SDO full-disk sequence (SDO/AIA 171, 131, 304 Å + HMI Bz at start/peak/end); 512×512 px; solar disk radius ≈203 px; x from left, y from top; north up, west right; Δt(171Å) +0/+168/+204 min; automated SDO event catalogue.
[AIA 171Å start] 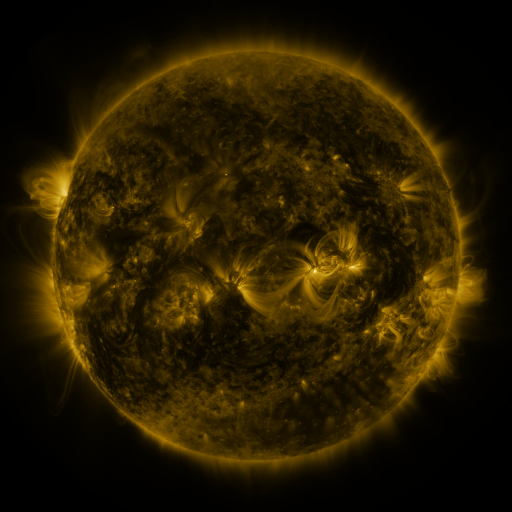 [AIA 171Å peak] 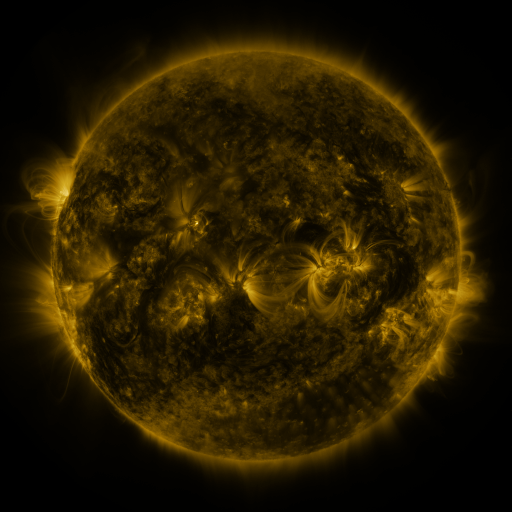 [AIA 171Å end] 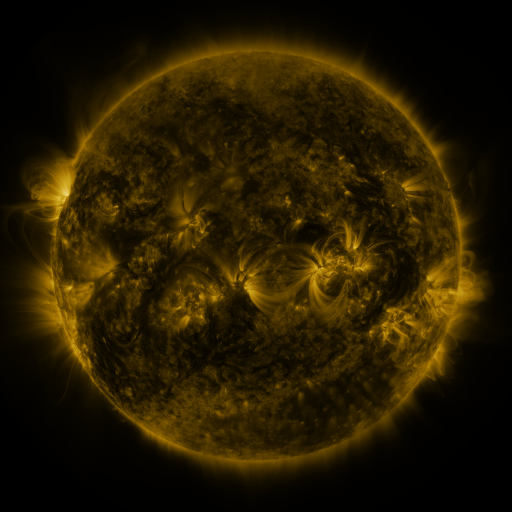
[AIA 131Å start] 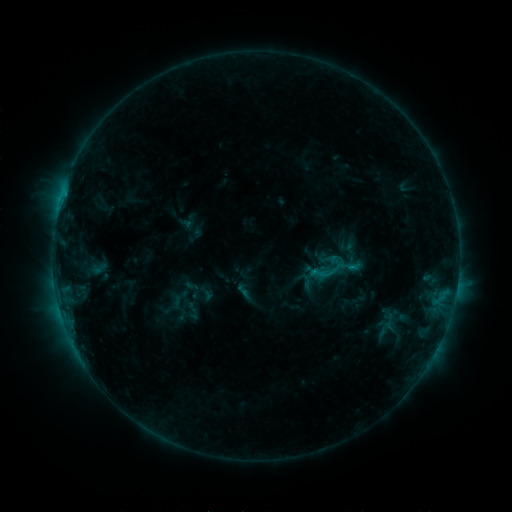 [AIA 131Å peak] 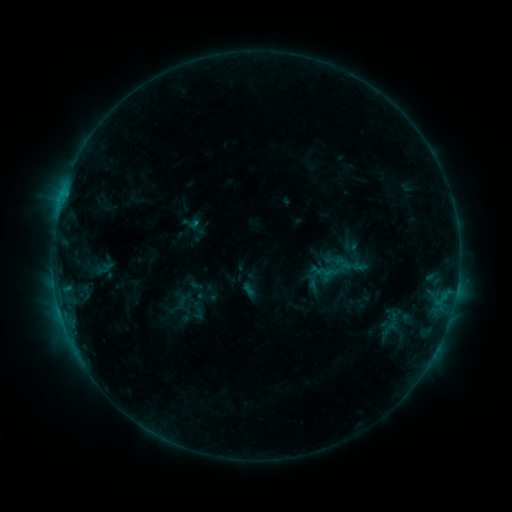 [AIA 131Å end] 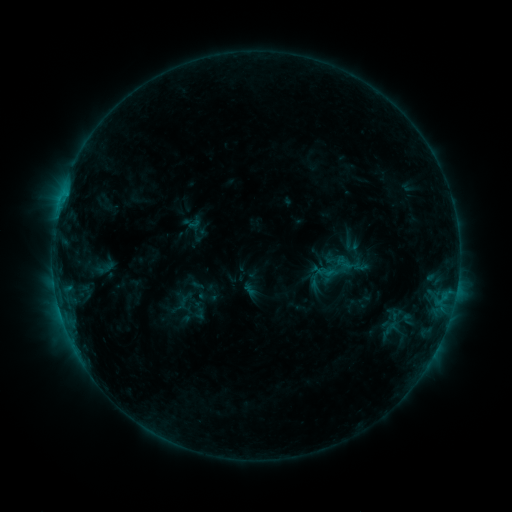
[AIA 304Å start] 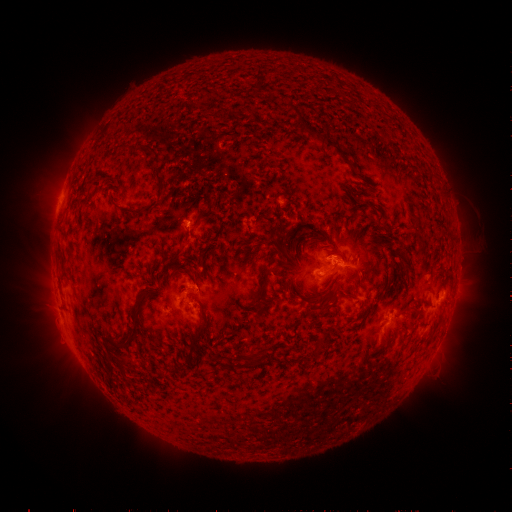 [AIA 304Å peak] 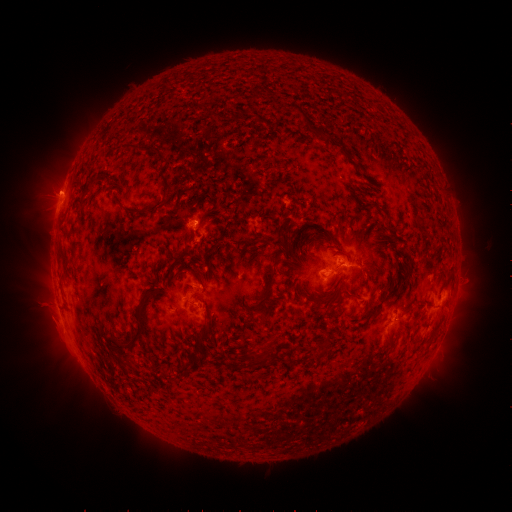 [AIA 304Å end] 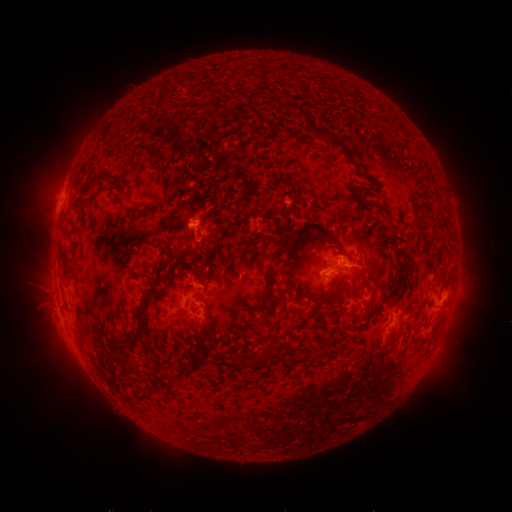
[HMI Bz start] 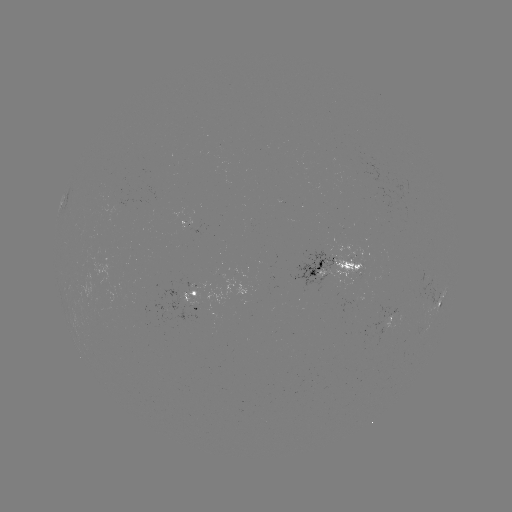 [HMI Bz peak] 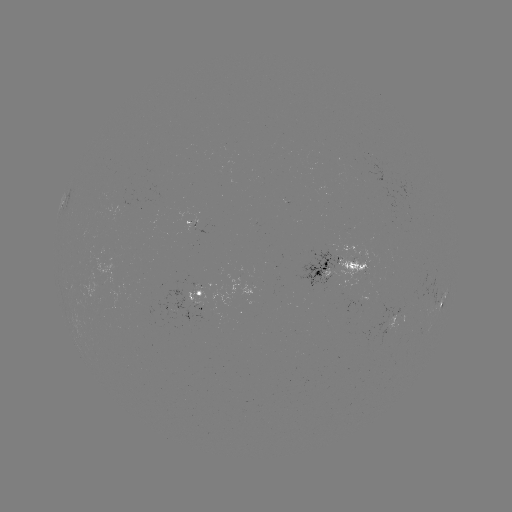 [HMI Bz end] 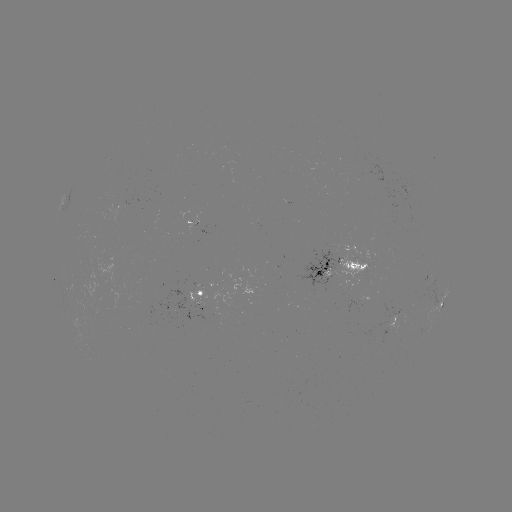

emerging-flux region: (237, 267, 243, 278)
